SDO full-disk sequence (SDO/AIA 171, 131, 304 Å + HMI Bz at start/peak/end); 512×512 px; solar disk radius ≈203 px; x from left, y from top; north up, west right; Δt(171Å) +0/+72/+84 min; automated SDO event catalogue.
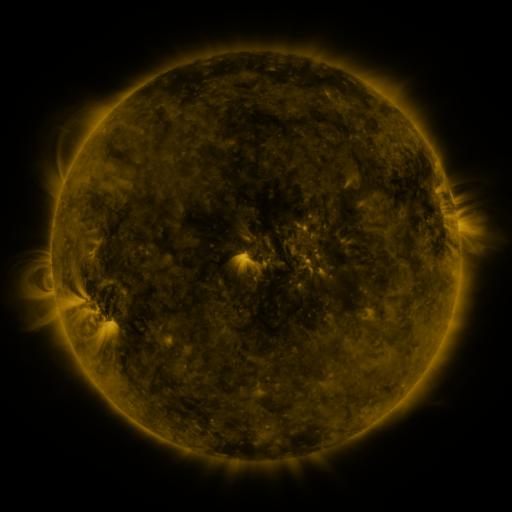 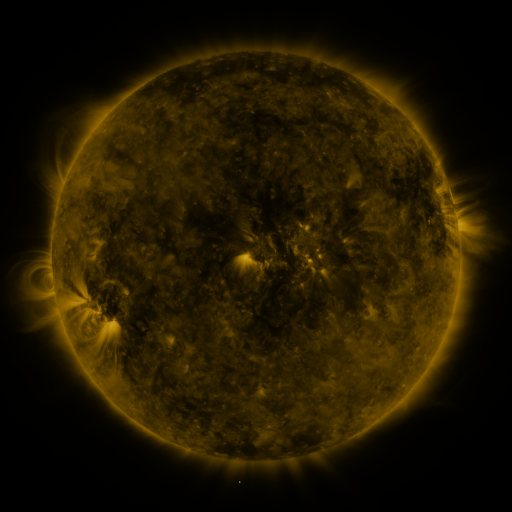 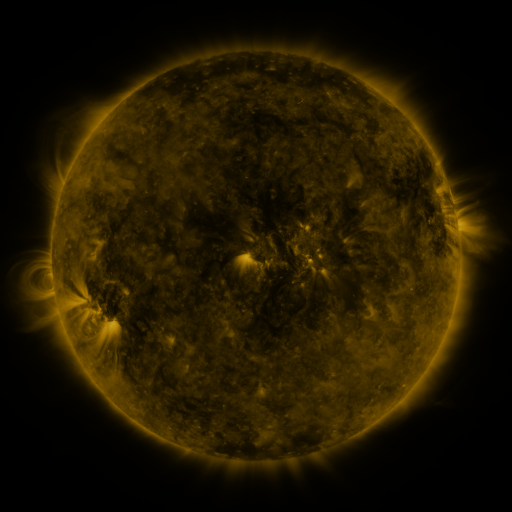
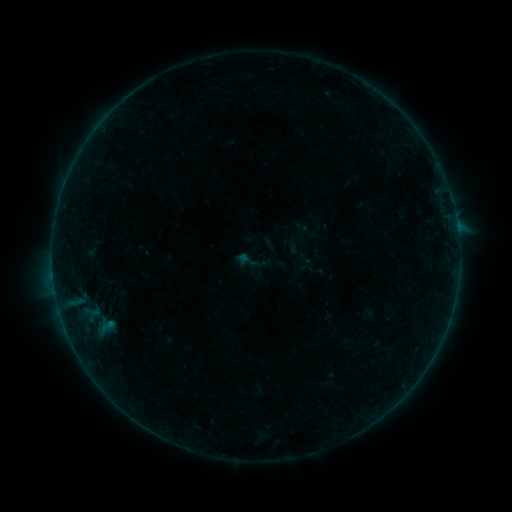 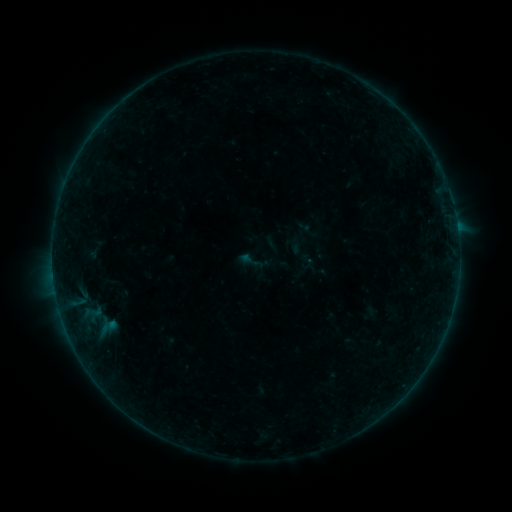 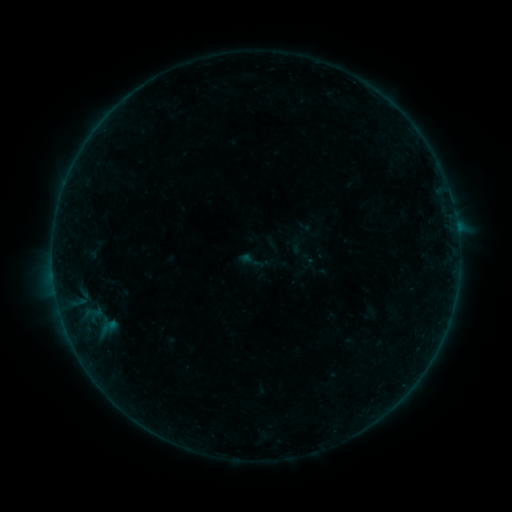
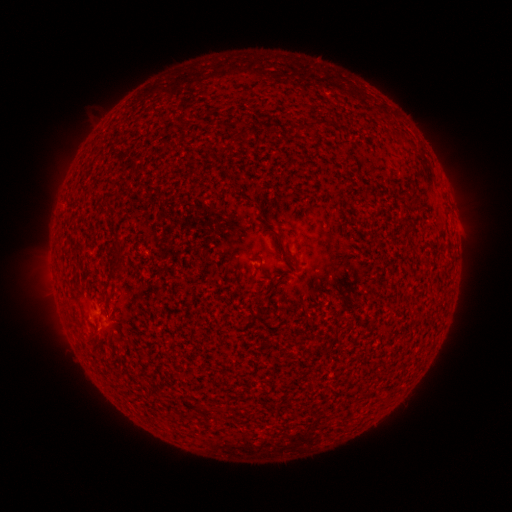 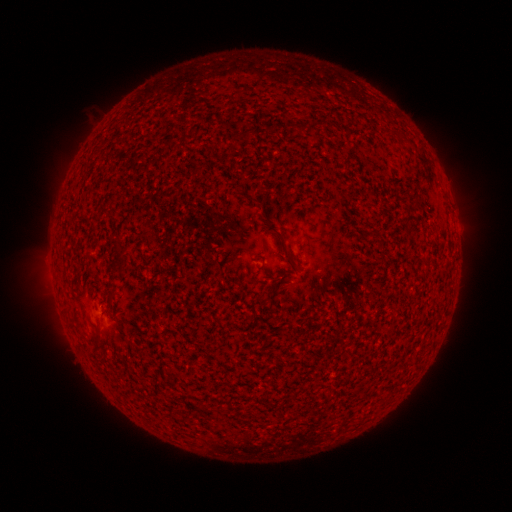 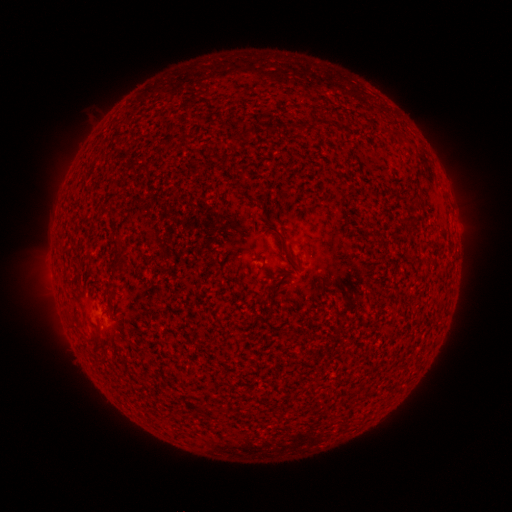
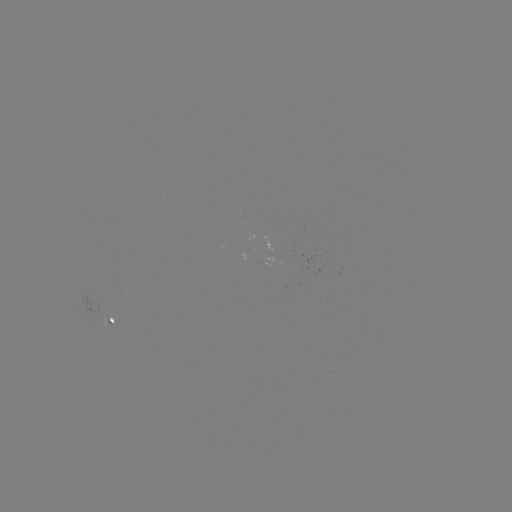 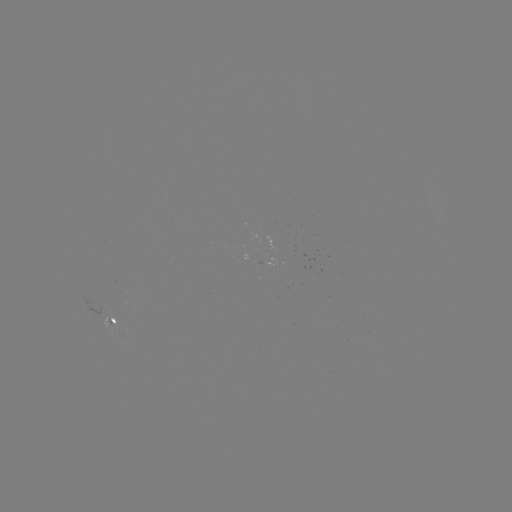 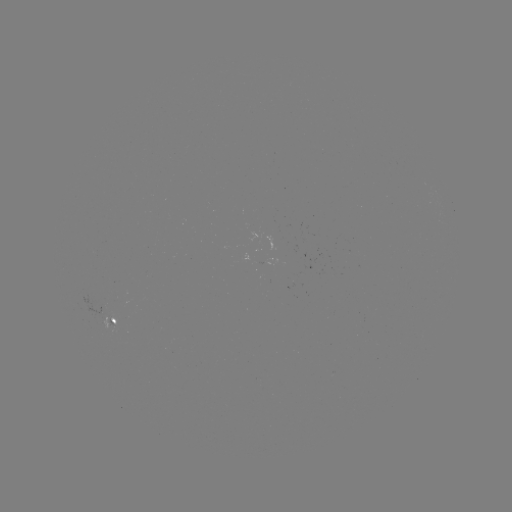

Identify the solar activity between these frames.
emerging-flux region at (290, 255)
